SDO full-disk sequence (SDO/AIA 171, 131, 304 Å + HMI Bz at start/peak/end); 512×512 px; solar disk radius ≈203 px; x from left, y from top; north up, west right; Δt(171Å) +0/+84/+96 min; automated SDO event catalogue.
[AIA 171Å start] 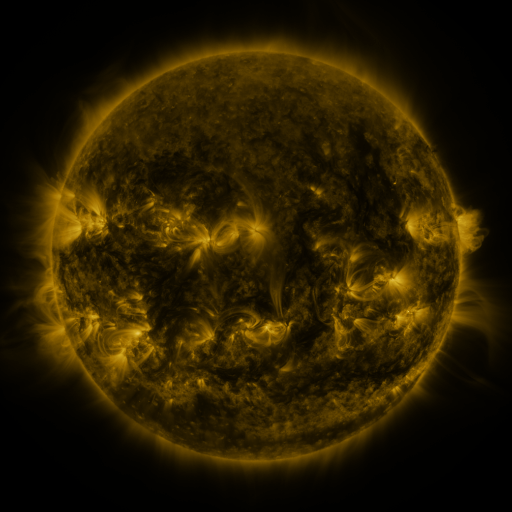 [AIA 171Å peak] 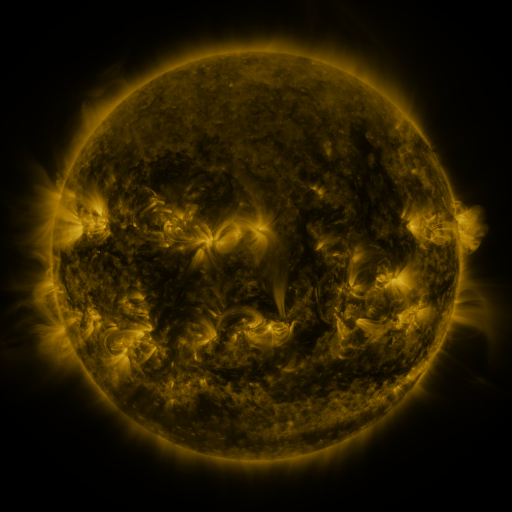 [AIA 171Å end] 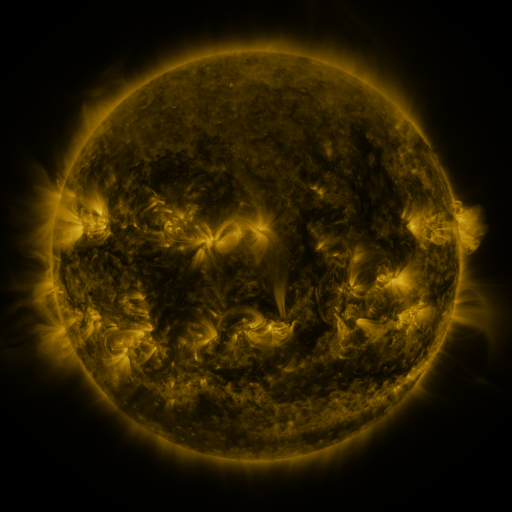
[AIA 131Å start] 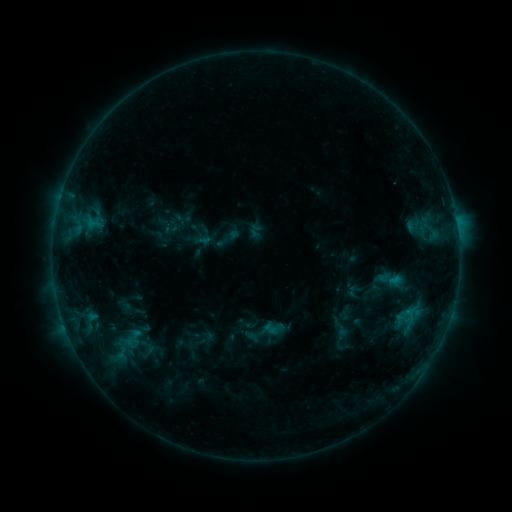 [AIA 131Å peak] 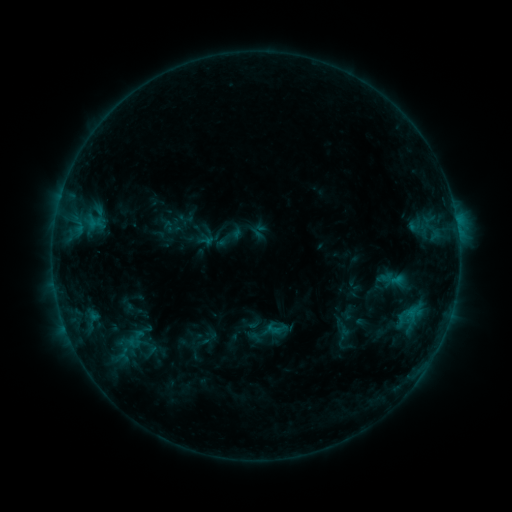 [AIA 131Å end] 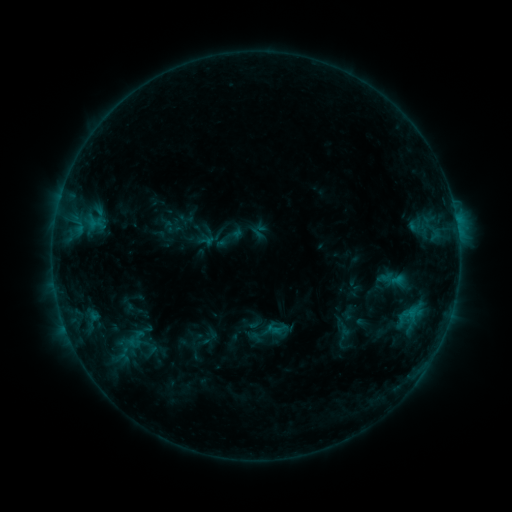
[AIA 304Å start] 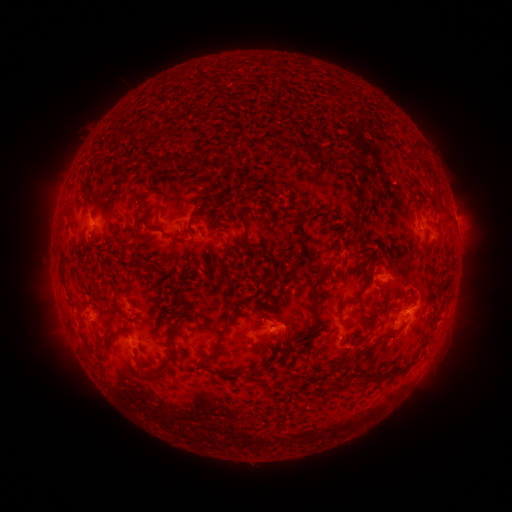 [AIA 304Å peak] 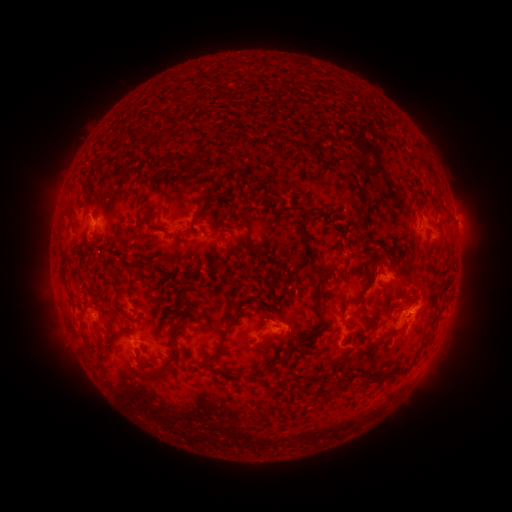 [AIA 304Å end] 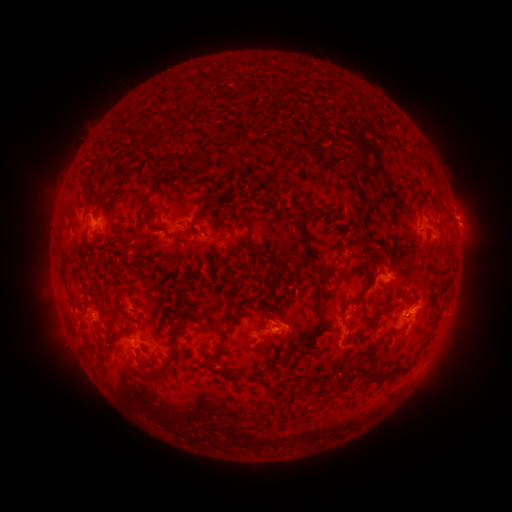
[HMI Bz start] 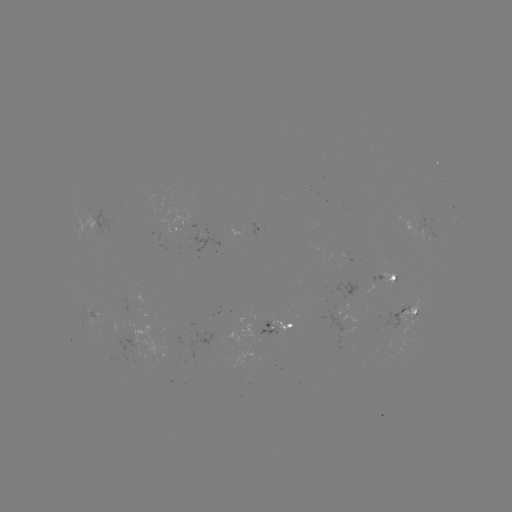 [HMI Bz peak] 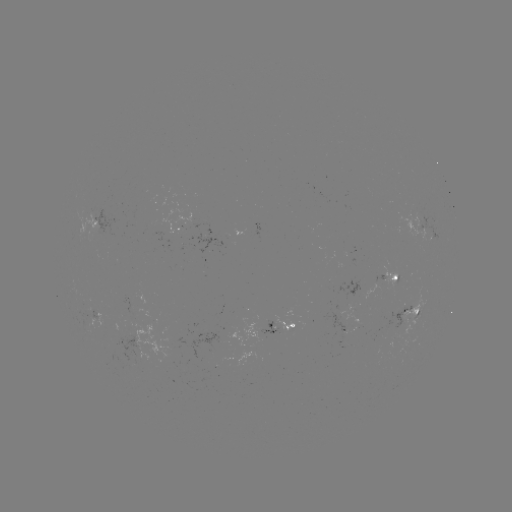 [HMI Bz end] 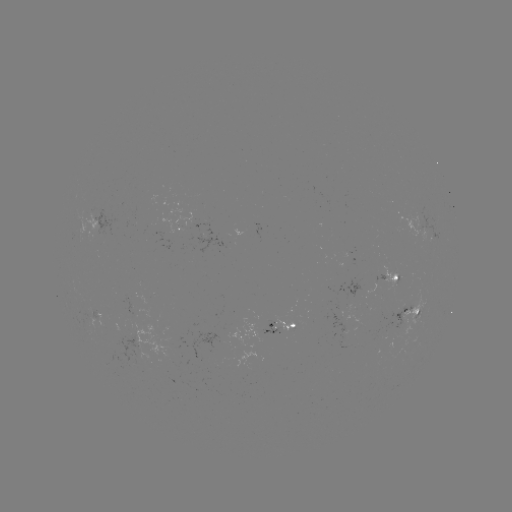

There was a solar emerging-flux region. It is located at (92, 216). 